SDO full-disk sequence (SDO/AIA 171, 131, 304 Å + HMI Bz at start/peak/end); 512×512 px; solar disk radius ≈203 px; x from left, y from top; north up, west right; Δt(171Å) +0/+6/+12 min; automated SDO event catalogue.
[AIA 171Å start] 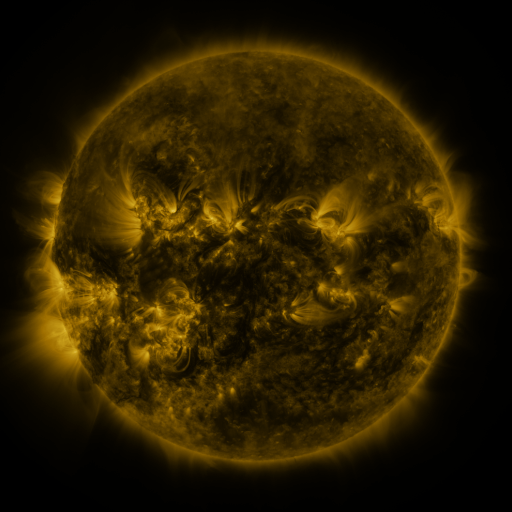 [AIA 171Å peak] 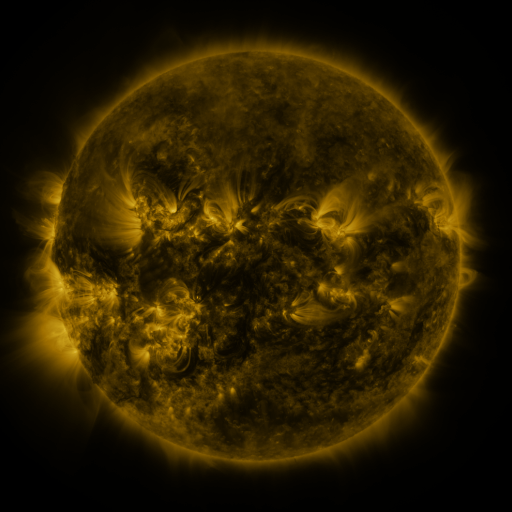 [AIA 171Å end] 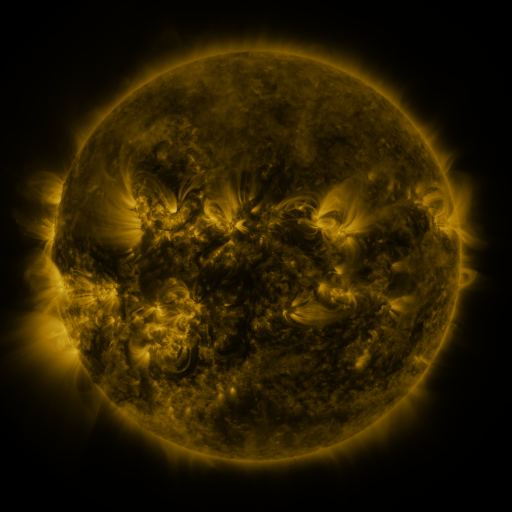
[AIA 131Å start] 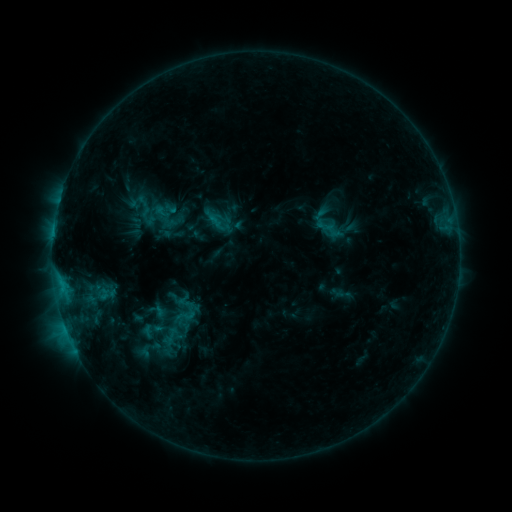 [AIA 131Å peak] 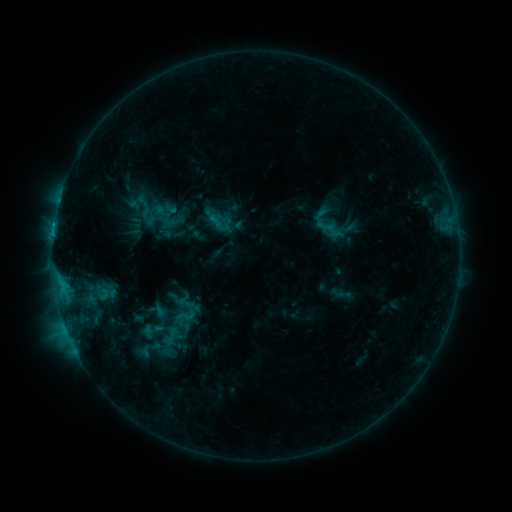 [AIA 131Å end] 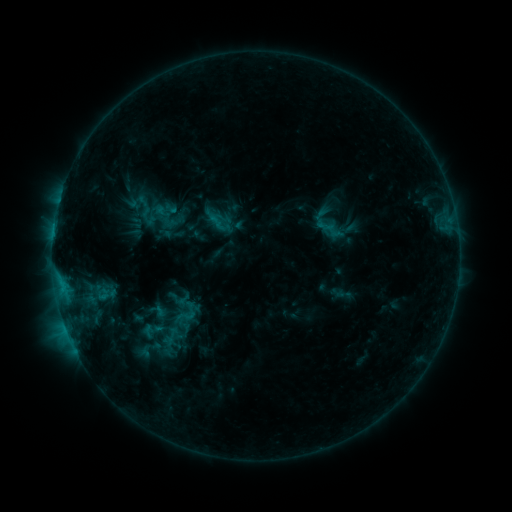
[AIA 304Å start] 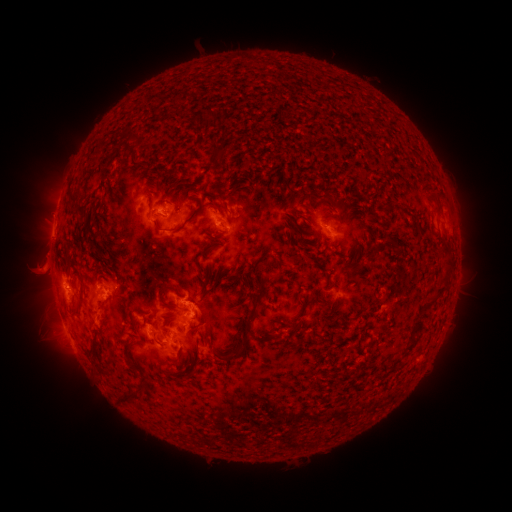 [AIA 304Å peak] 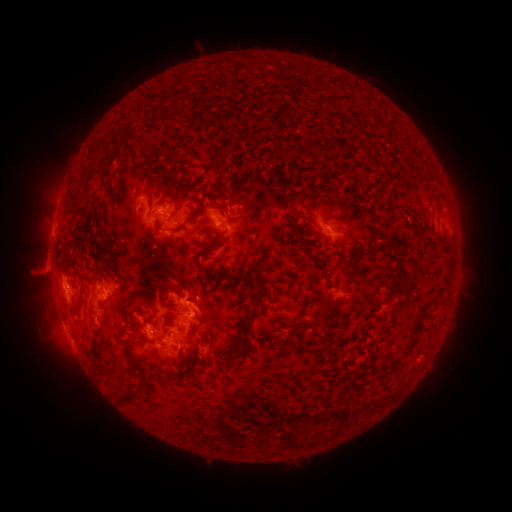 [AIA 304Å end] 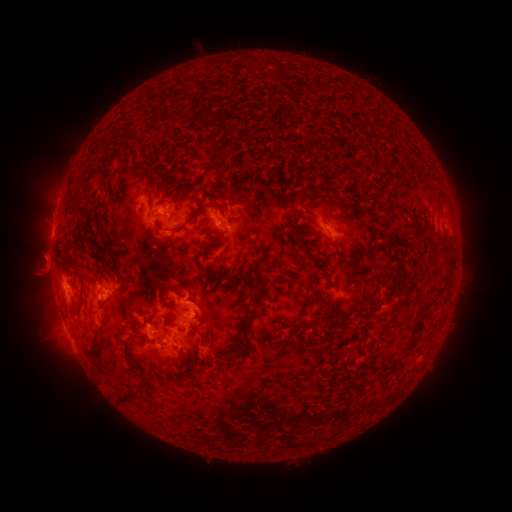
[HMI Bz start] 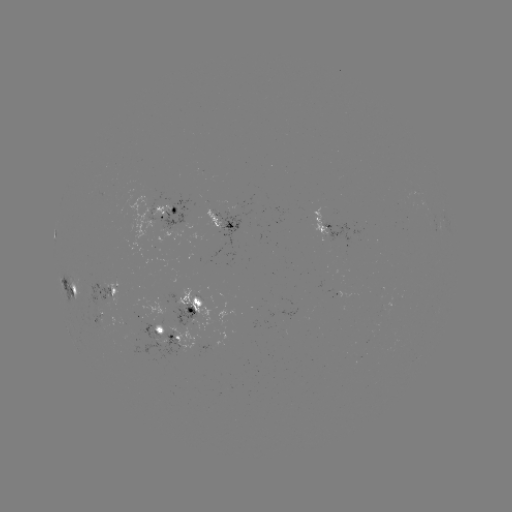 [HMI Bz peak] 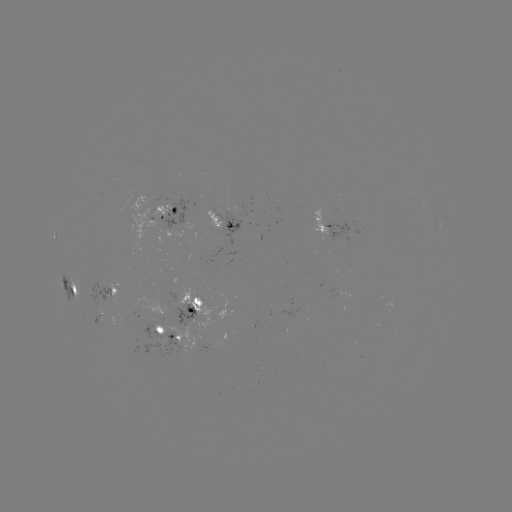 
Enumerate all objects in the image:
eruption: (40, 268)
